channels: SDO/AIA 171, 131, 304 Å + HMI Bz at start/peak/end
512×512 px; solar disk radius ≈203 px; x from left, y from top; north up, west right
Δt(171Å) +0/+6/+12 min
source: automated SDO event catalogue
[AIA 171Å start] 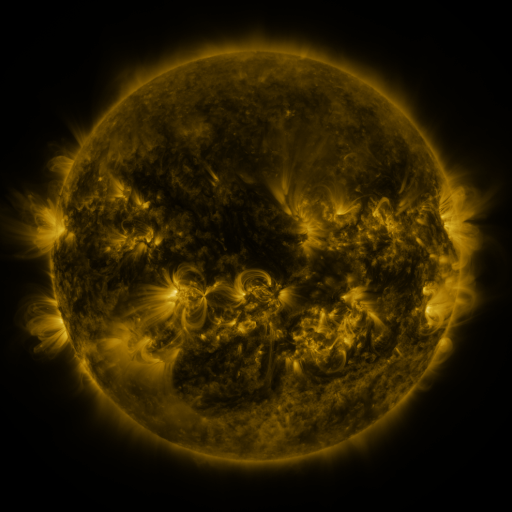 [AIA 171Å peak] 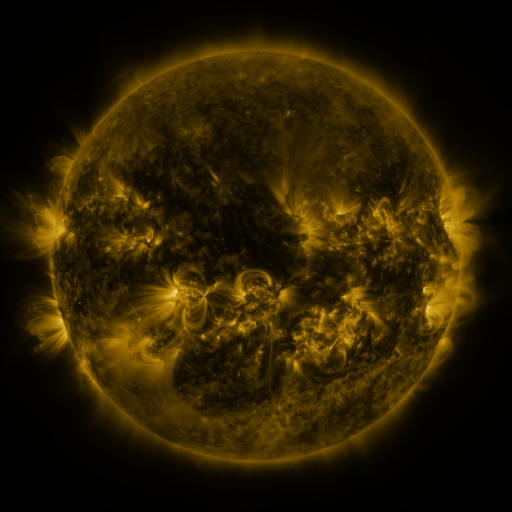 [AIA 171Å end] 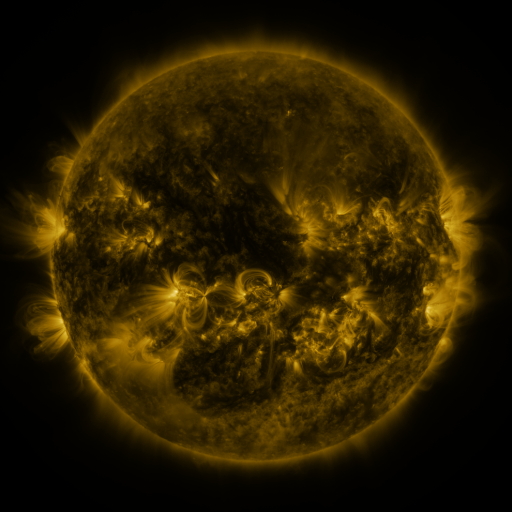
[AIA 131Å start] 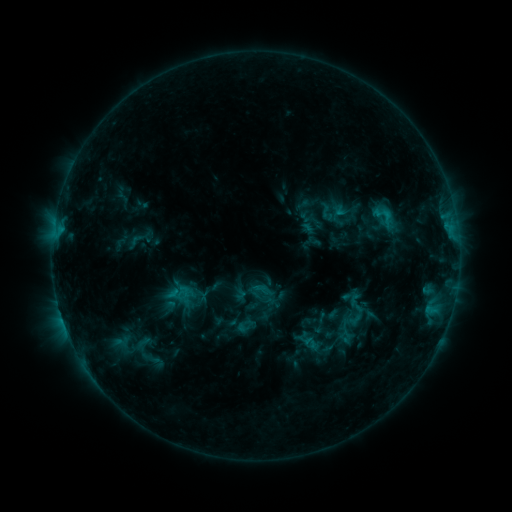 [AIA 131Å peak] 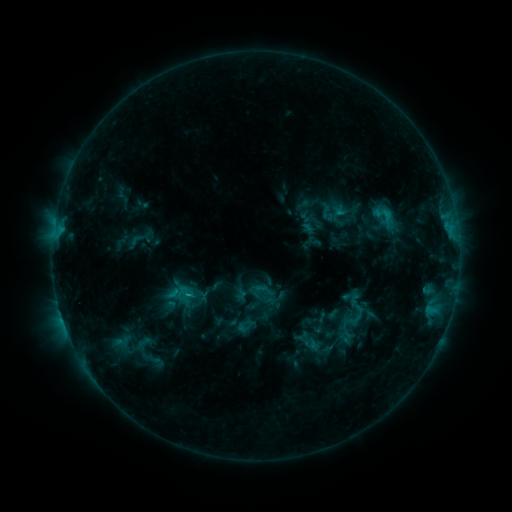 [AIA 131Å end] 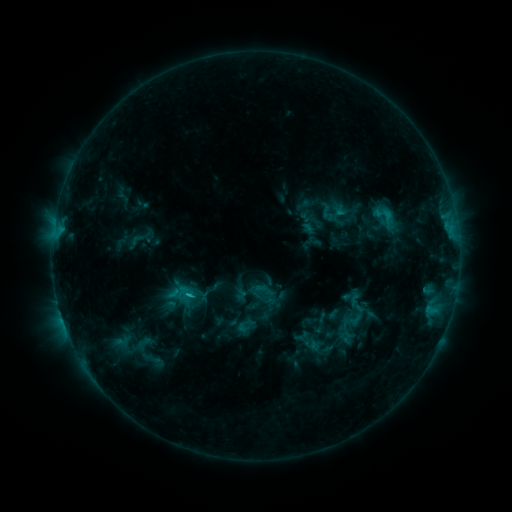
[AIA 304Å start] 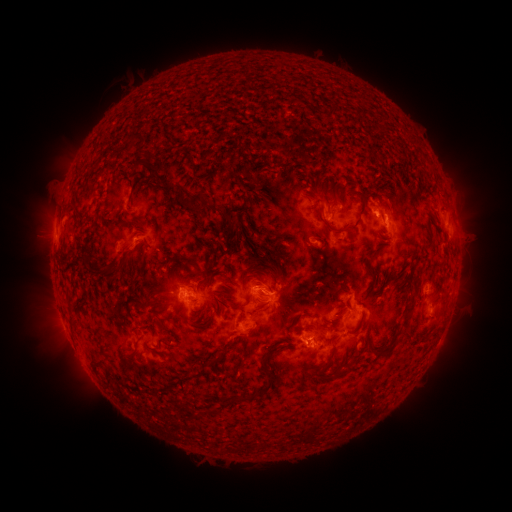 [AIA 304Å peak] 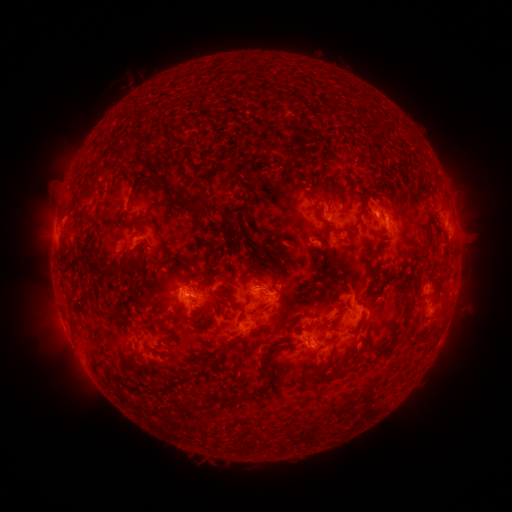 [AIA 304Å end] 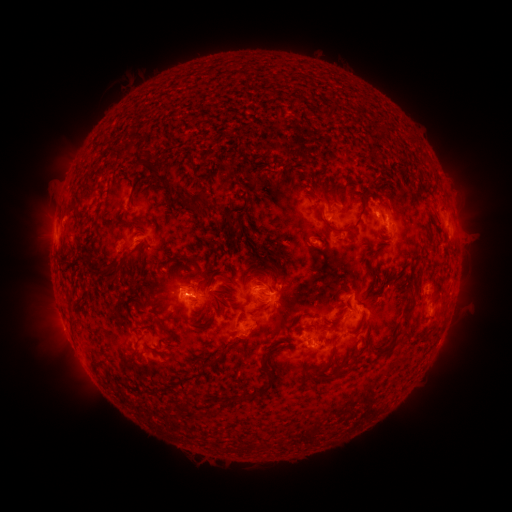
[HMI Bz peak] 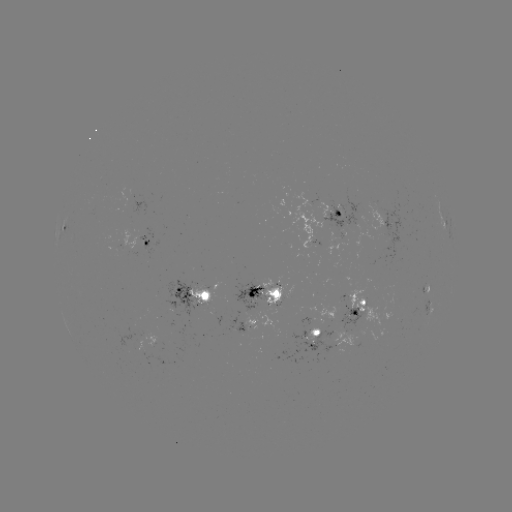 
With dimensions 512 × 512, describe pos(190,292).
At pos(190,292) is C4.3 flare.